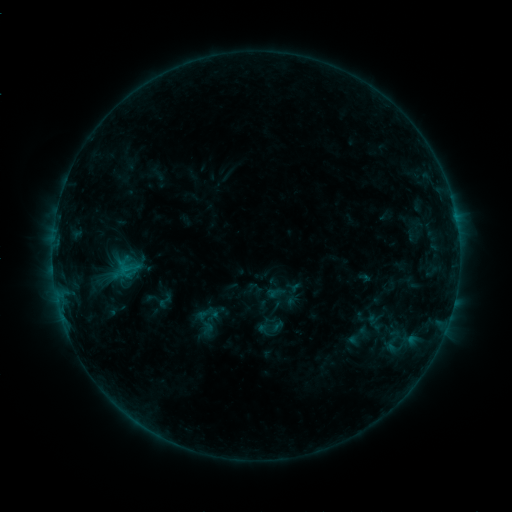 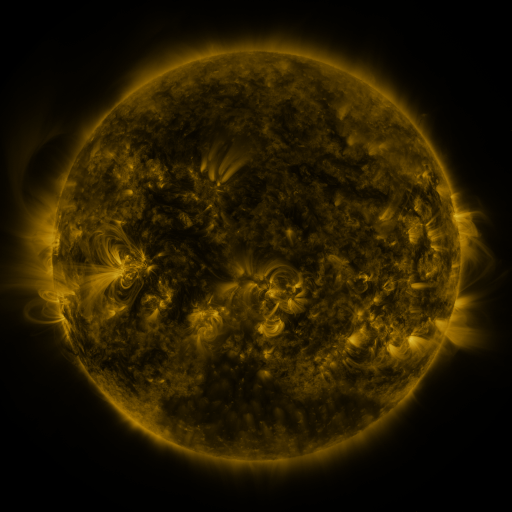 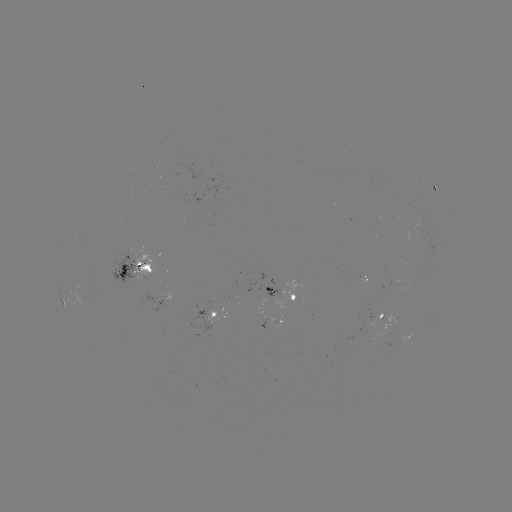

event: sigmoid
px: (164, 301)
